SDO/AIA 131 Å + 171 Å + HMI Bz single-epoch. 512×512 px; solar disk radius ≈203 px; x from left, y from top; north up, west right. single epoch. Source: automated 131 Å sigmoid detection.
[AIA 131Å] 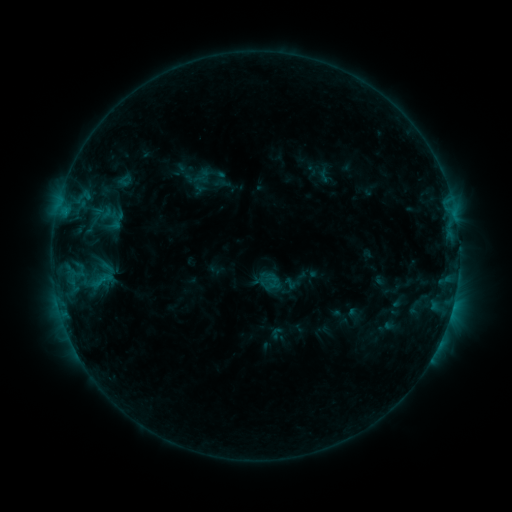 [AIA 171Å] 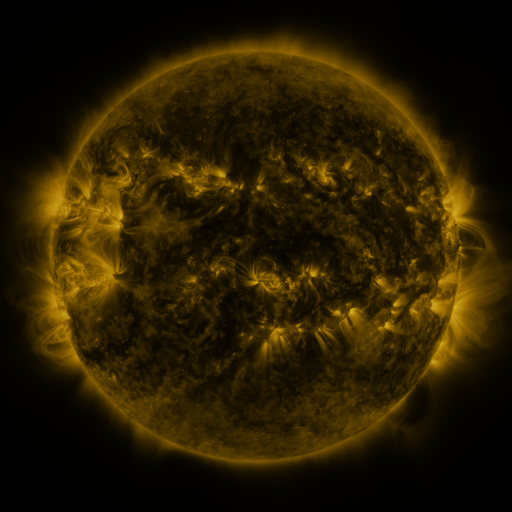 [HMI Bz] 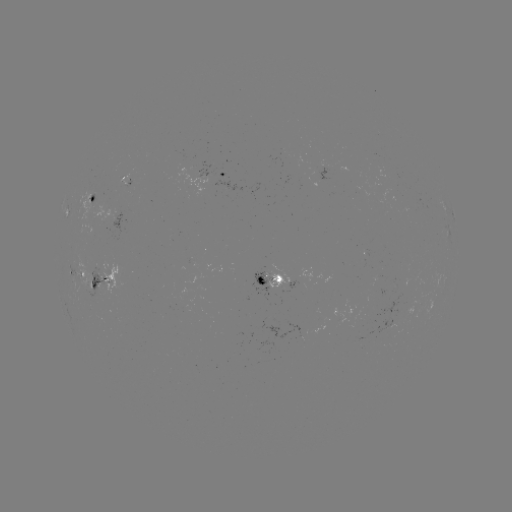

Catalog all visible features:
sigmoid: (104, 212)
sigmoid: (101, 280)
